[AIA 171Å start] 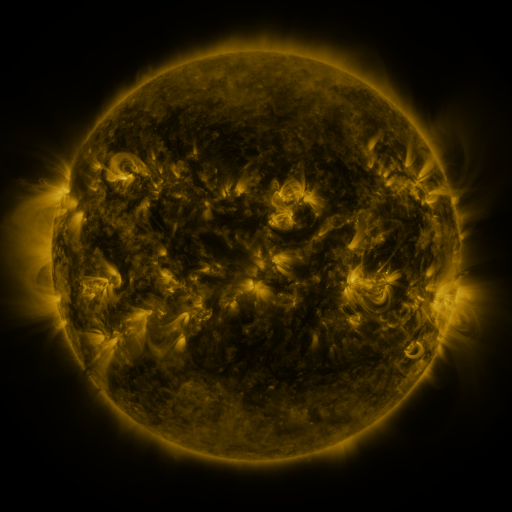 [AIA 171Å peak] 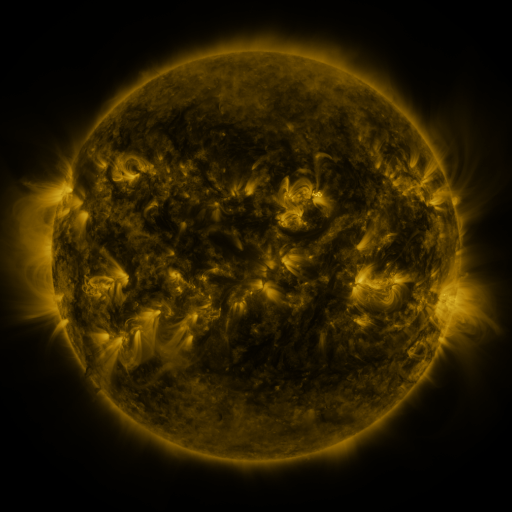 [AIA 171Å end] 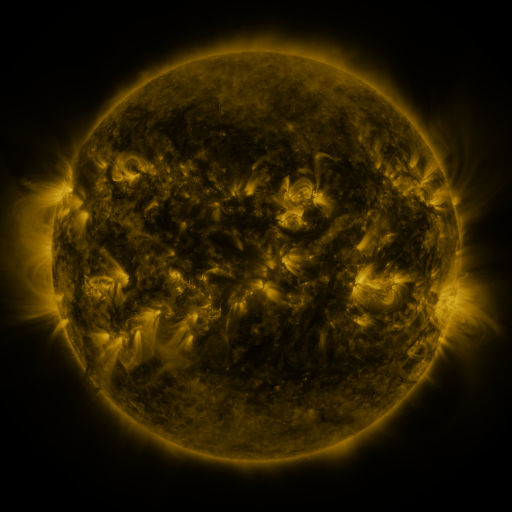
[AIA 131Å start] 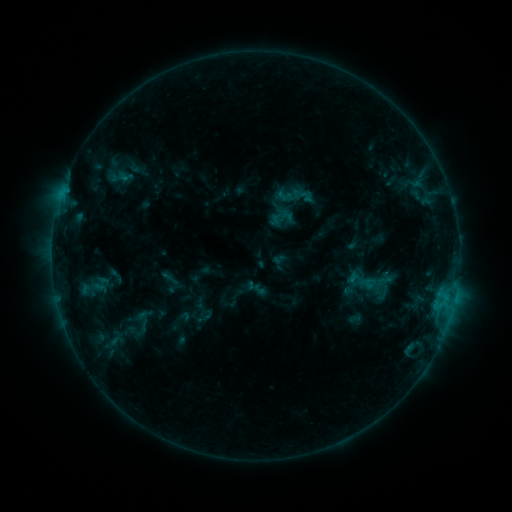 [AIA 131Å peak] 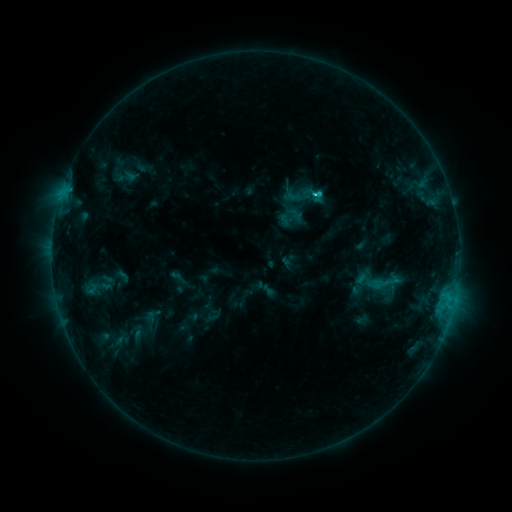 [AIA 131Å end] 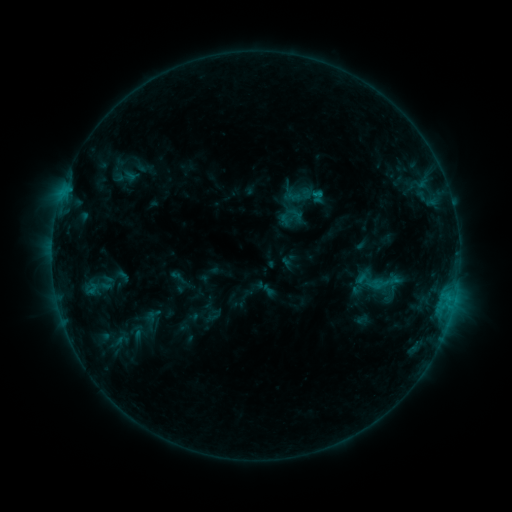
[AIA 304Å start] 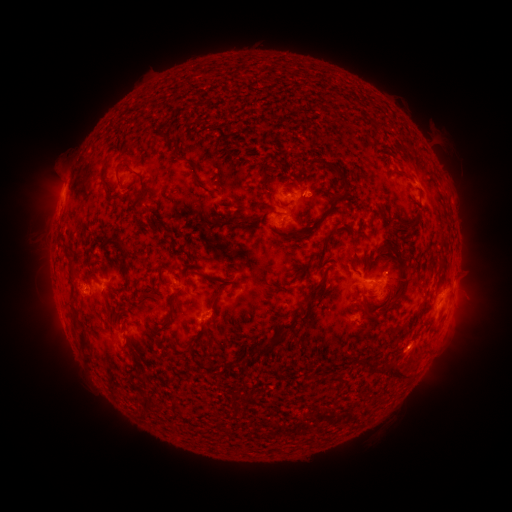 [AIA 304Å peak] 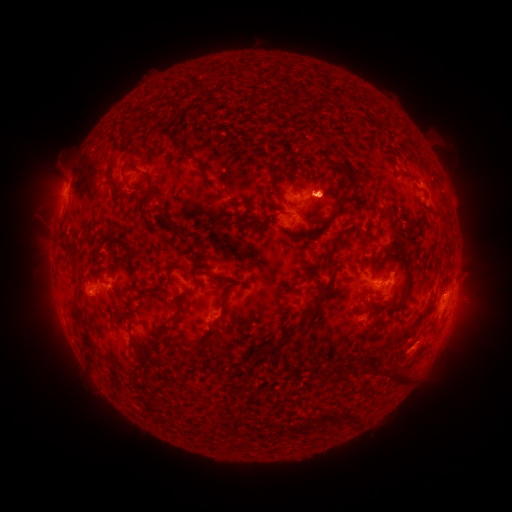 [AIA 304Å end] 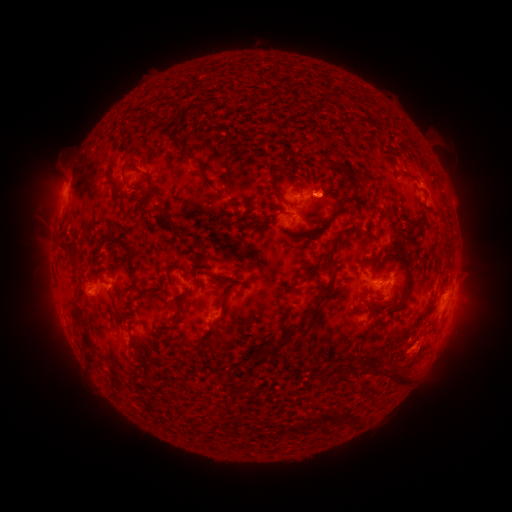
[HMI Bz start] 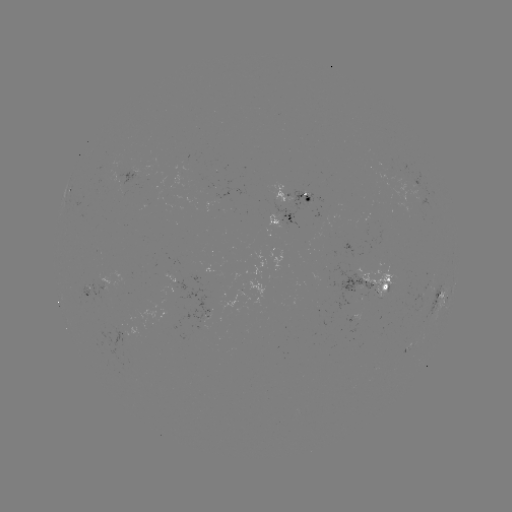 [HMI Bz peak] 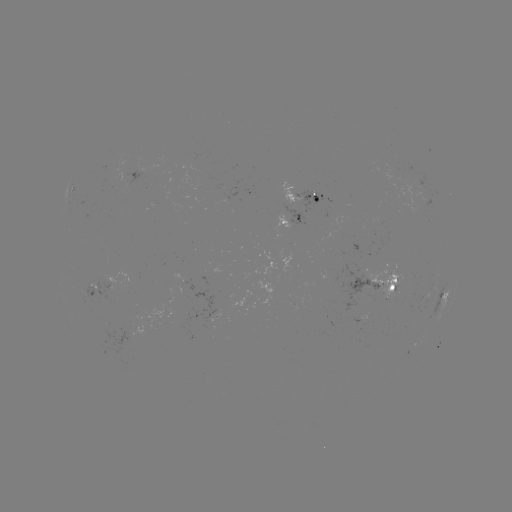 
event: flare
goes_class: C1.1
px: (314, 194)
